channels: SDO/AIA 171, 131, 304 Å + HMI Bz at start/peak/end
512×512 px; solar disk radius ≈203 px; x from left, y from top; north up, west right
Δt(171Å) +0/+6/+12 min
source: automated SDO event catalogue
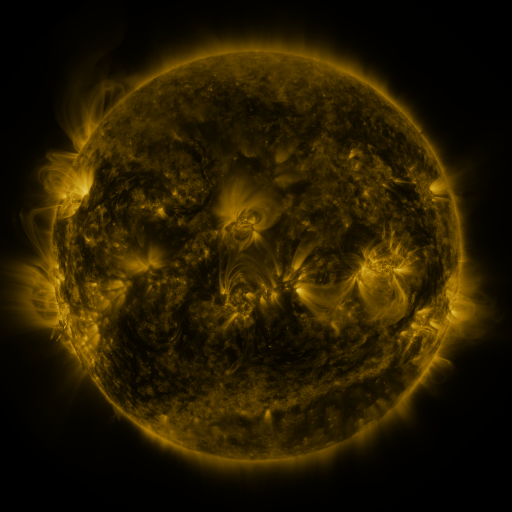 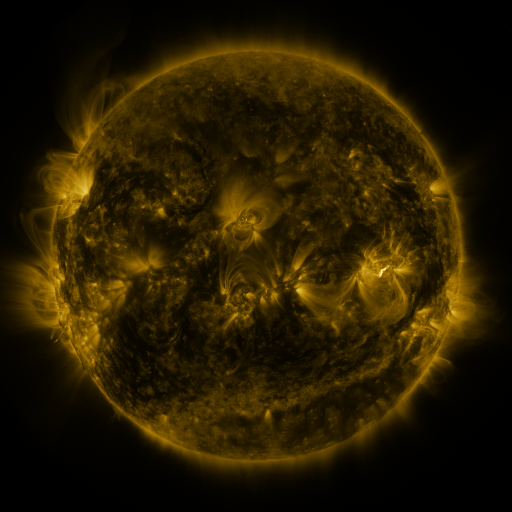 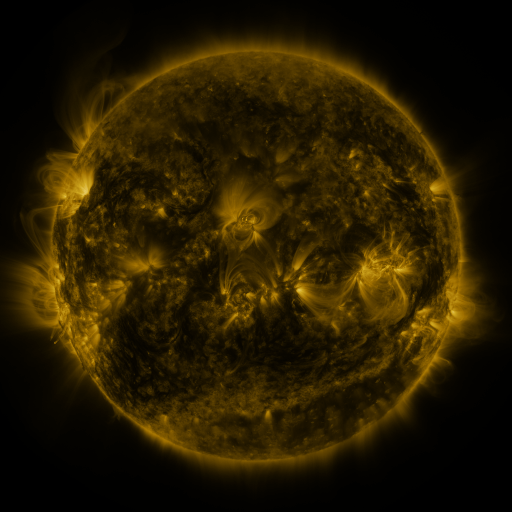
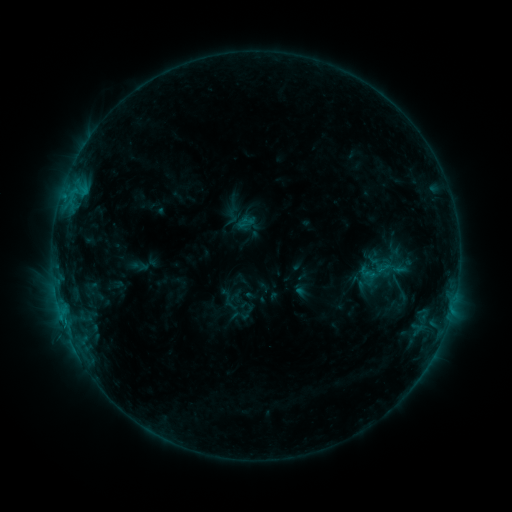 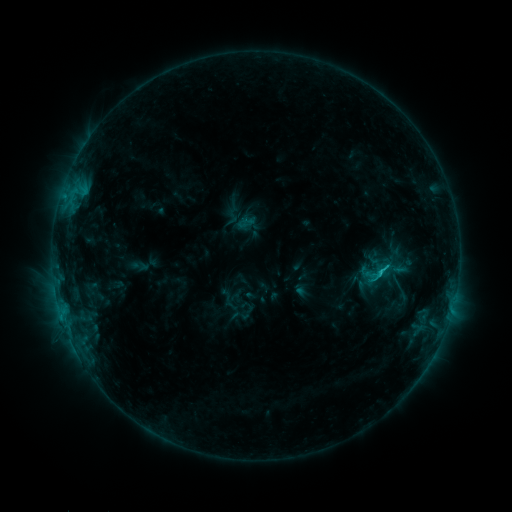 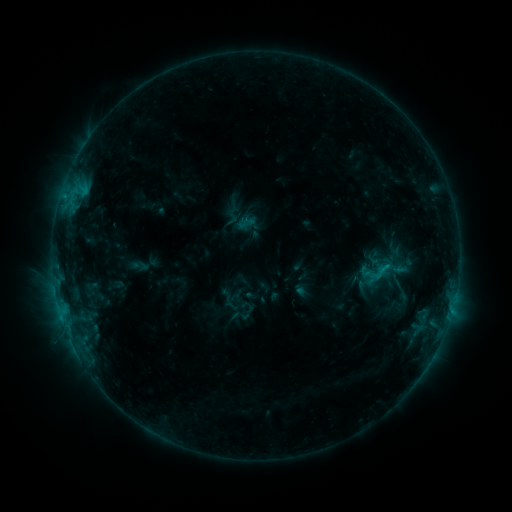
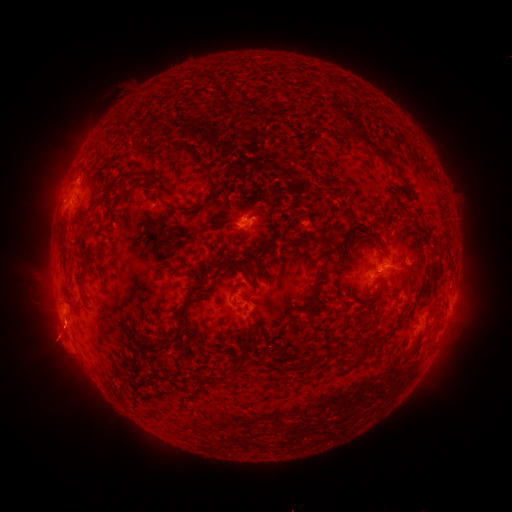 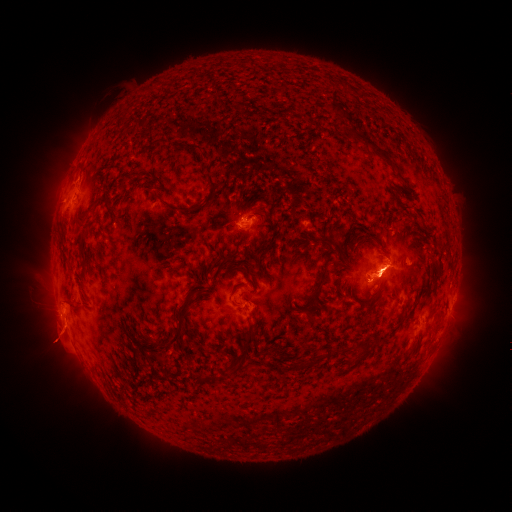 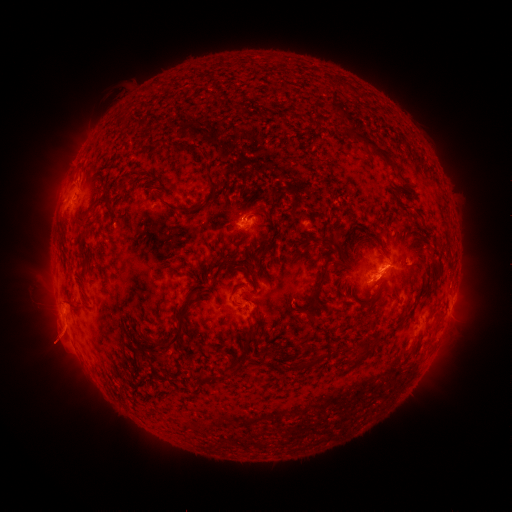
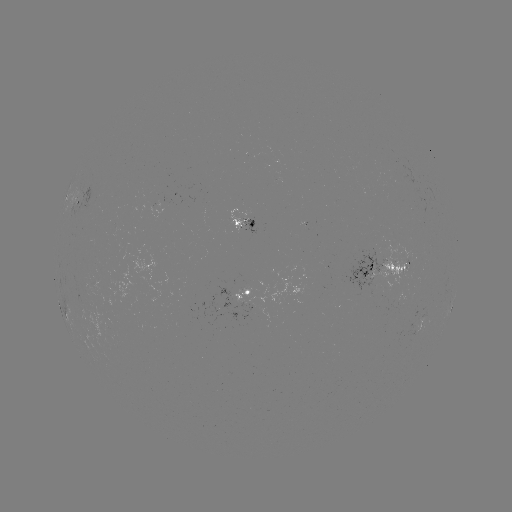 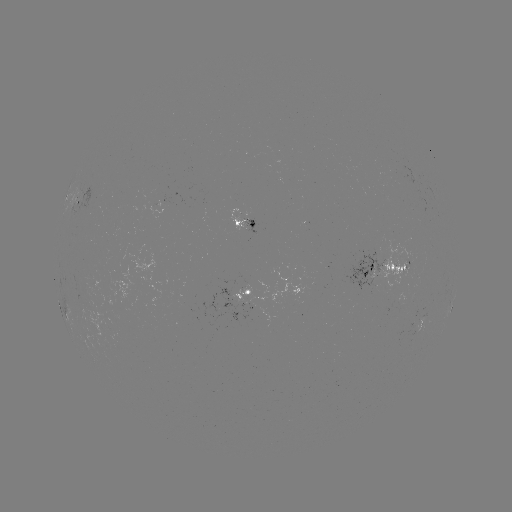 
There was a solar eruption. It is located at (381, 286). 